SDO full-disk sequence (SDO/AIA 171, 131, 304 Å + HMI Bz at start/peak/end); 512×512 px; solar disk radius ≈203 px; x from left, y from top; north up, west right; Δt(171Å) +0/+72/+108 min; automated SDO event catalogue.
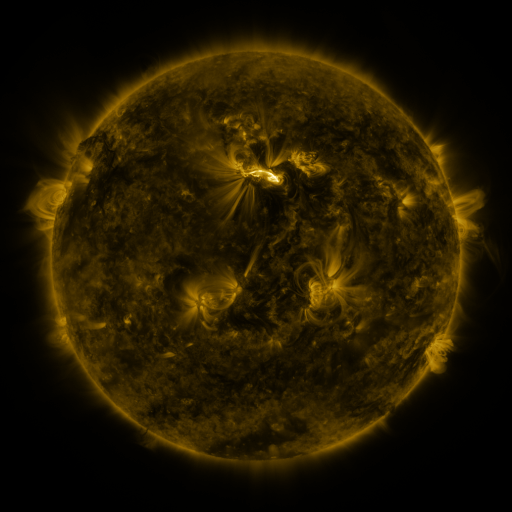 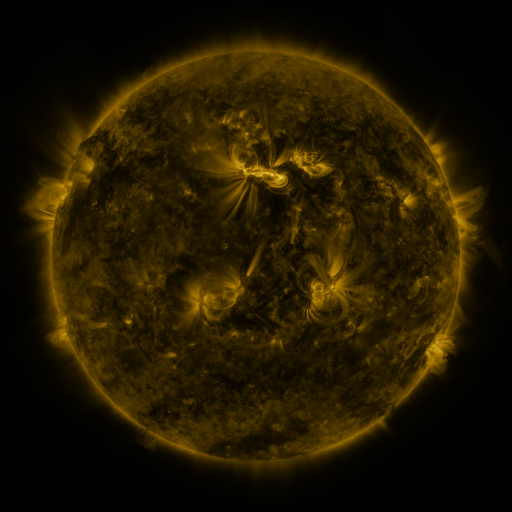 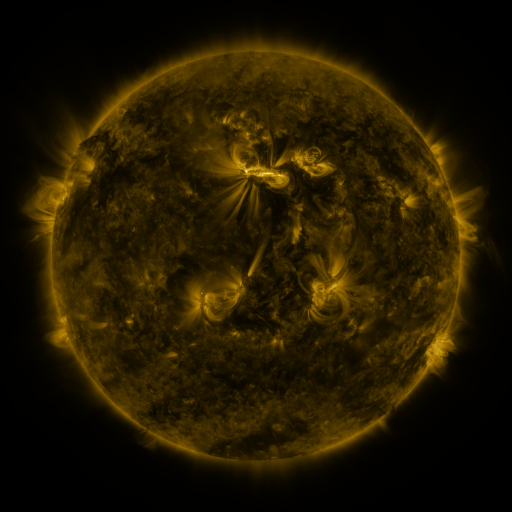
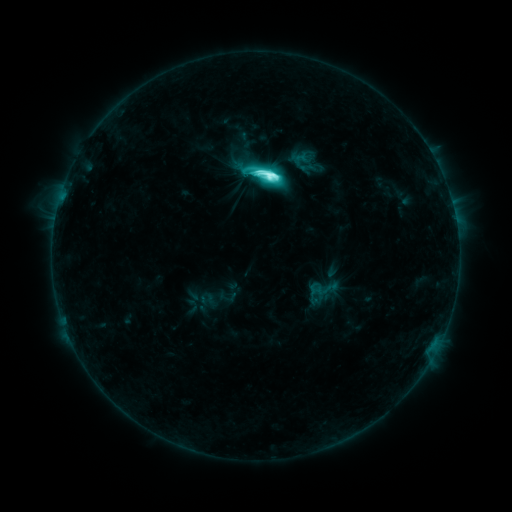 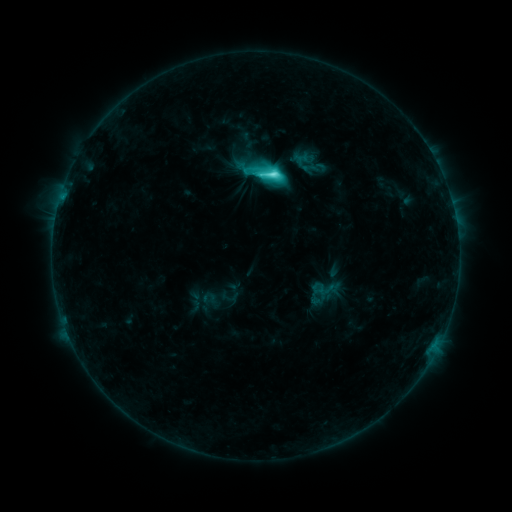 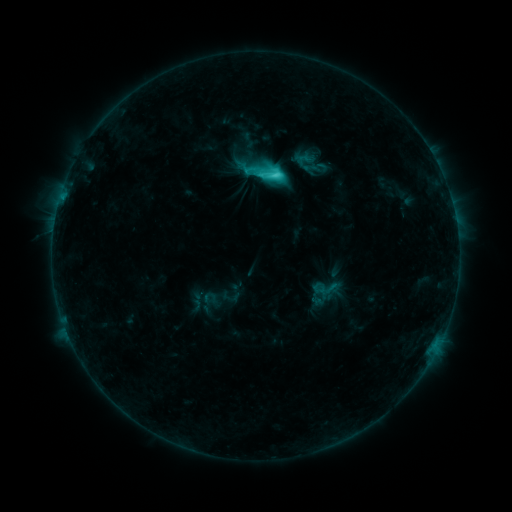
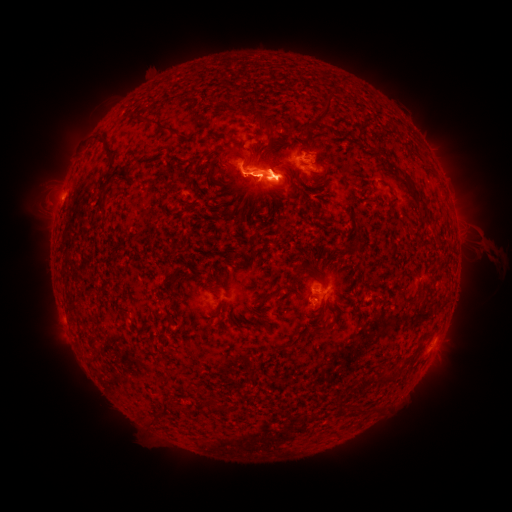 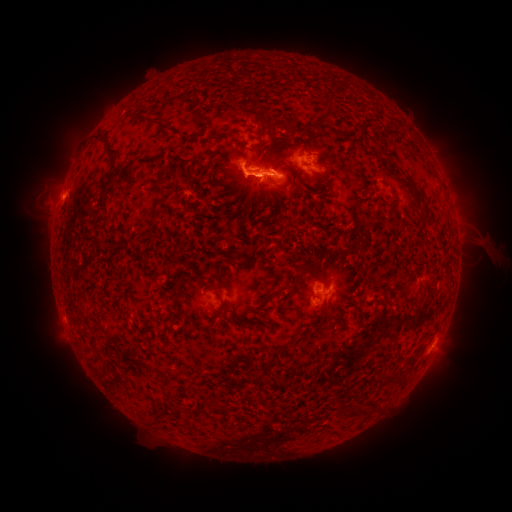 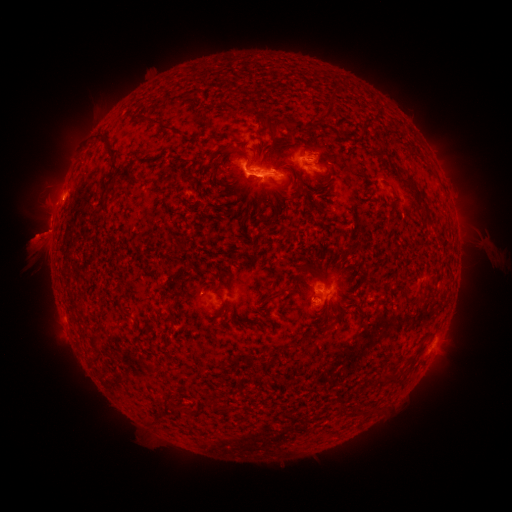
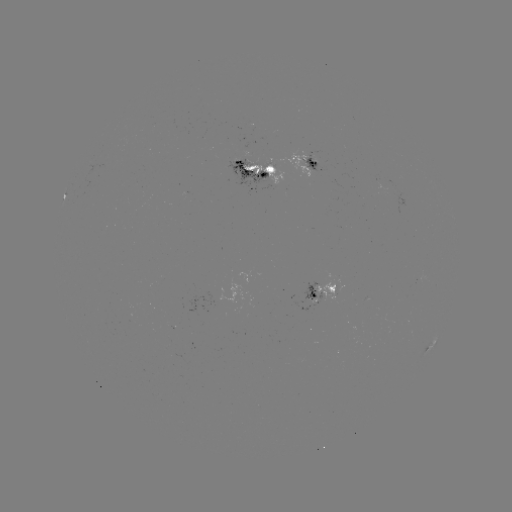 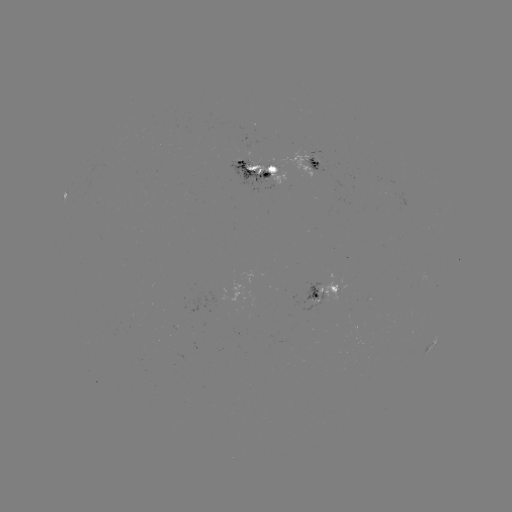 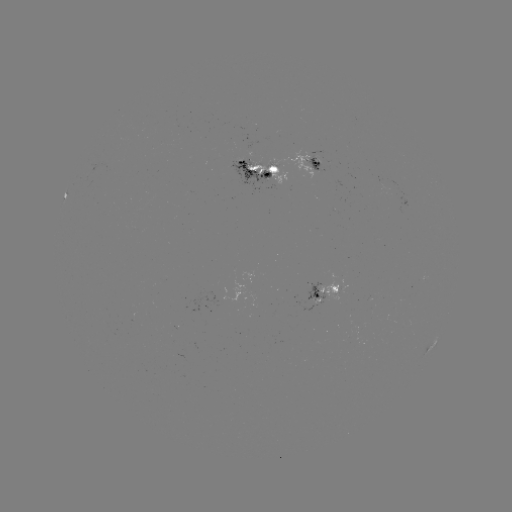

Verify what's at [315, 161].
emerging-flux region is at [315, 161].